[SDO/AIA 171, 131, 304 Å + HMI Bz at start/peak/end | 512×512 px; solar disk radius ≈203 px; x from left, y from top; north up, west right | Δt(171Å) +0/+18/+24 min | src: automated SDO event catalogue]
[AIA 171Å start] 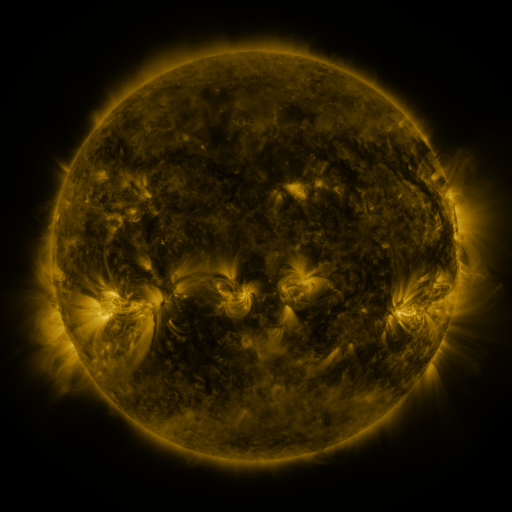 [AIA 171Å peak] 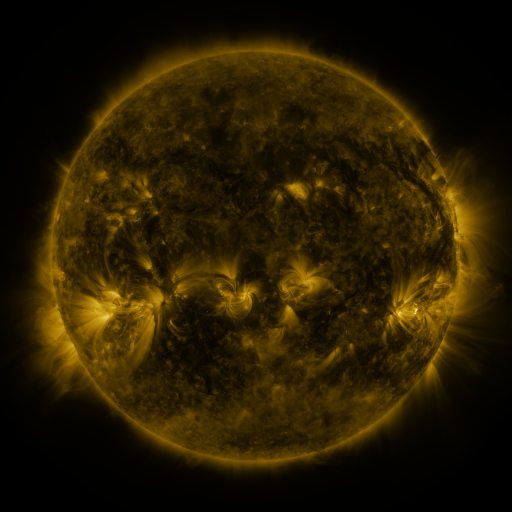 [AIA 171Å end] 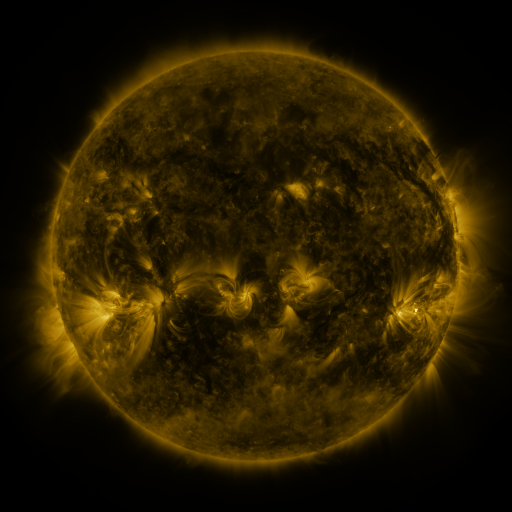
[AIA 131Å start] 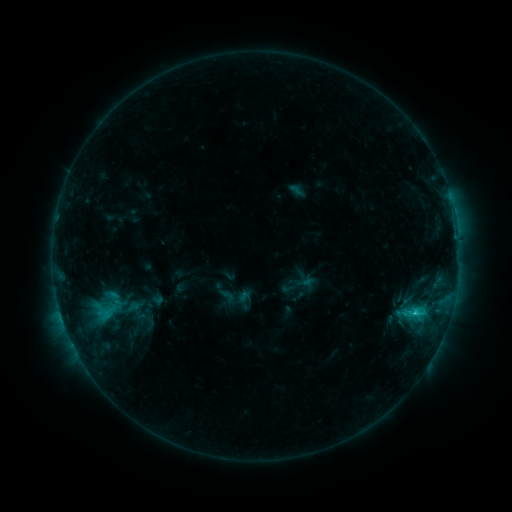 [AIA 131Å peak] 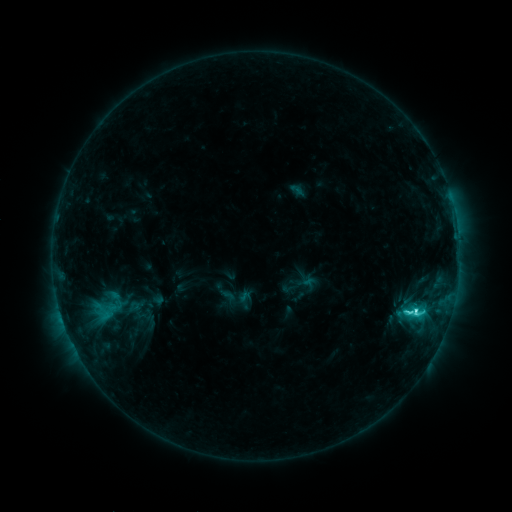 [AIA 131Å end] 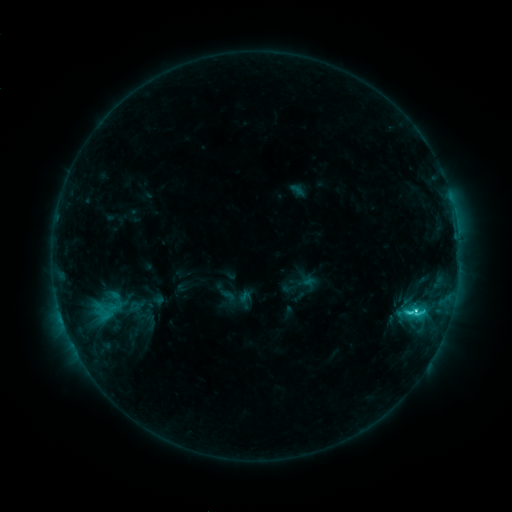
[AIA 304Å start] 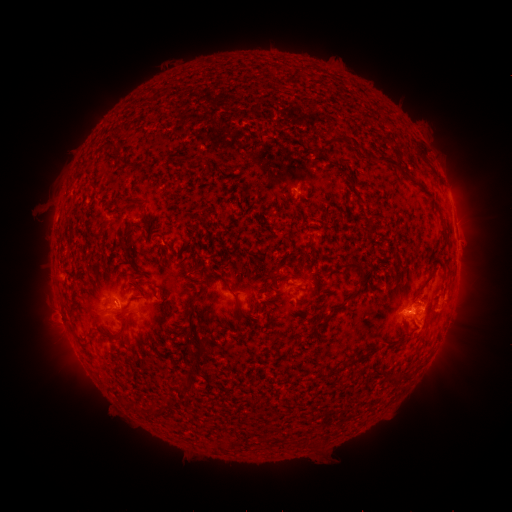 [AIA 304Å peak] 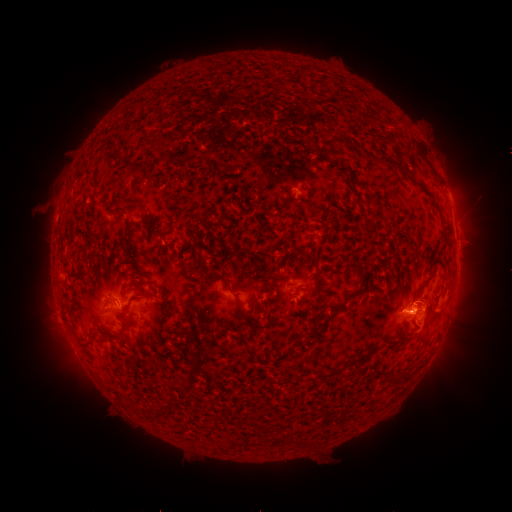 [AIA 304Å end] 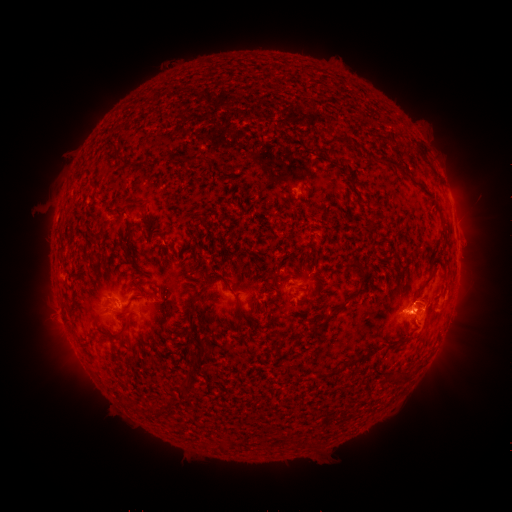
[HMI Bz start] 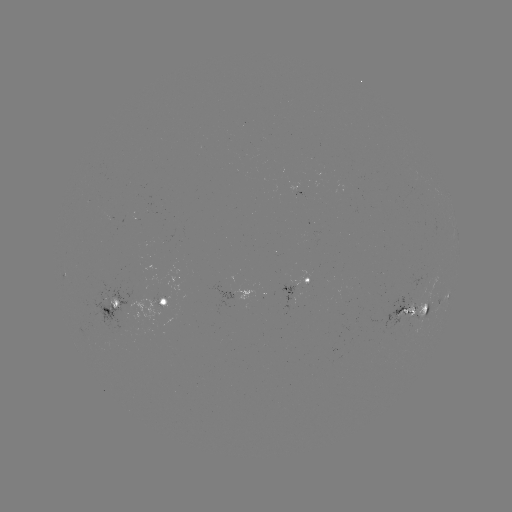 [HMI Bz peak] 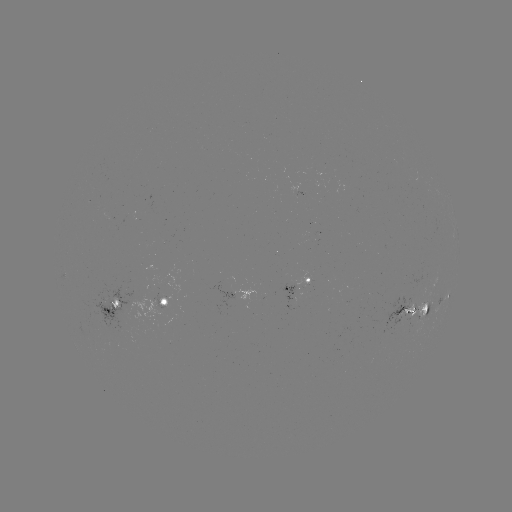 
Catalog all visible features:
C4.3 flare: (64, 310)
